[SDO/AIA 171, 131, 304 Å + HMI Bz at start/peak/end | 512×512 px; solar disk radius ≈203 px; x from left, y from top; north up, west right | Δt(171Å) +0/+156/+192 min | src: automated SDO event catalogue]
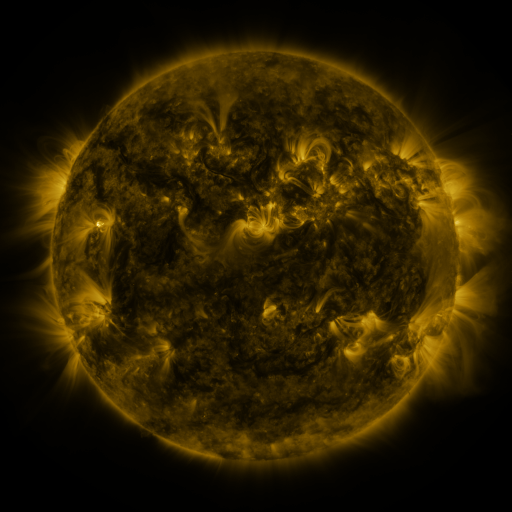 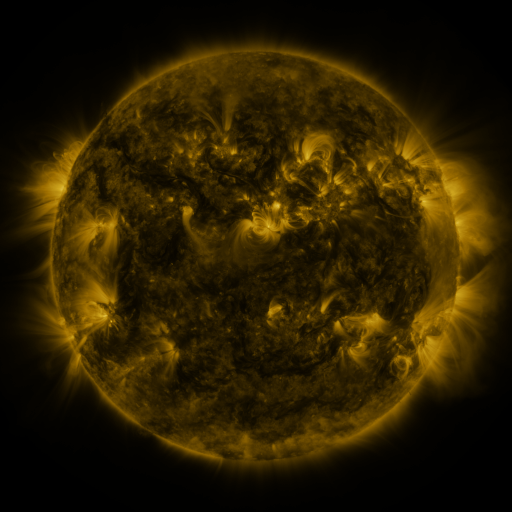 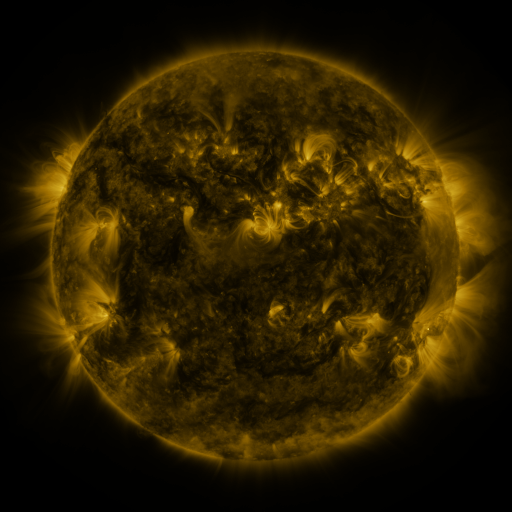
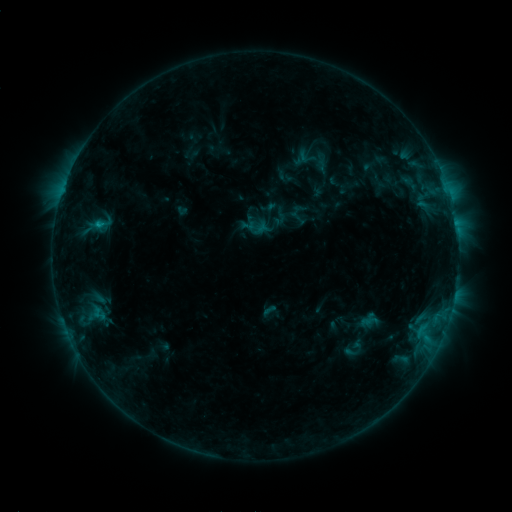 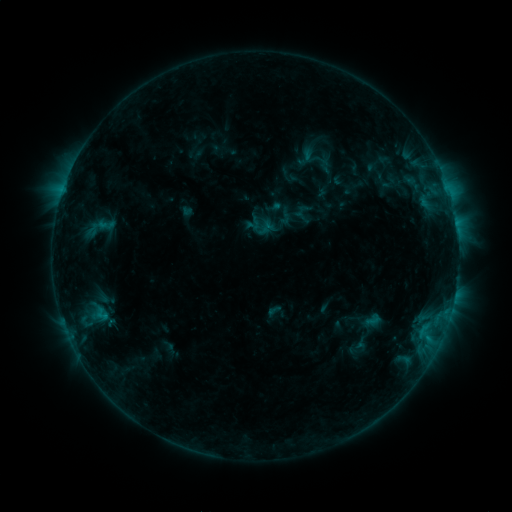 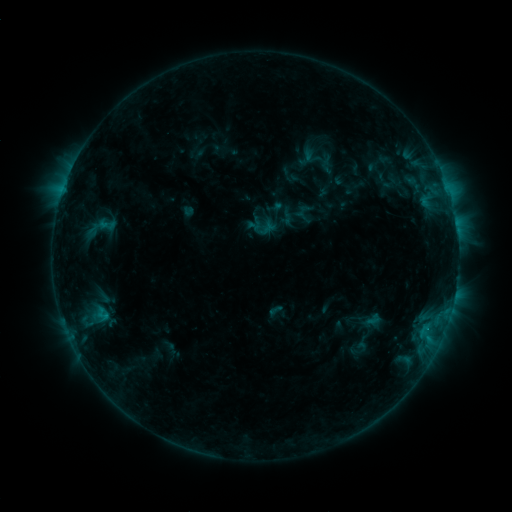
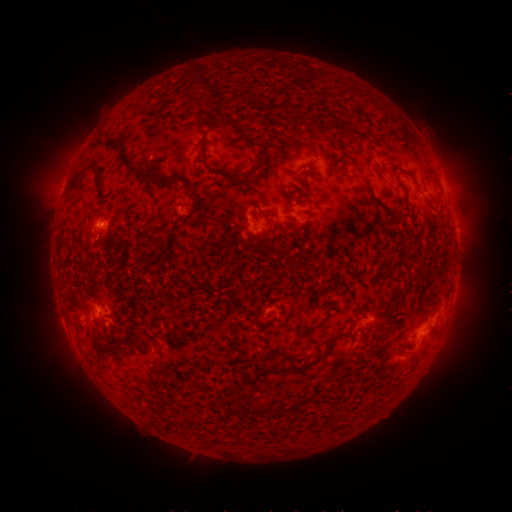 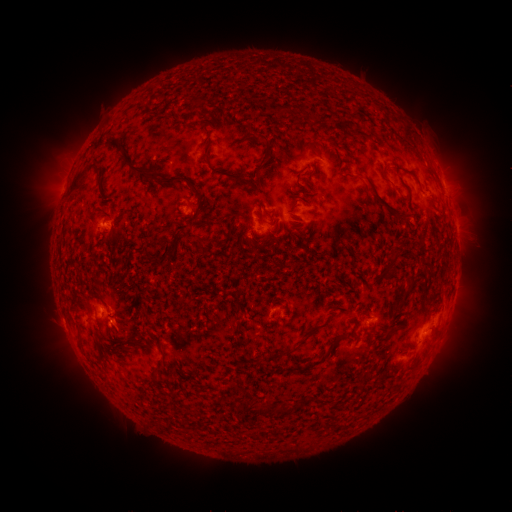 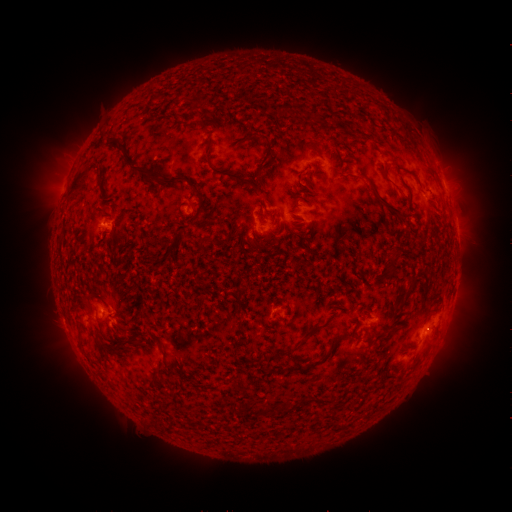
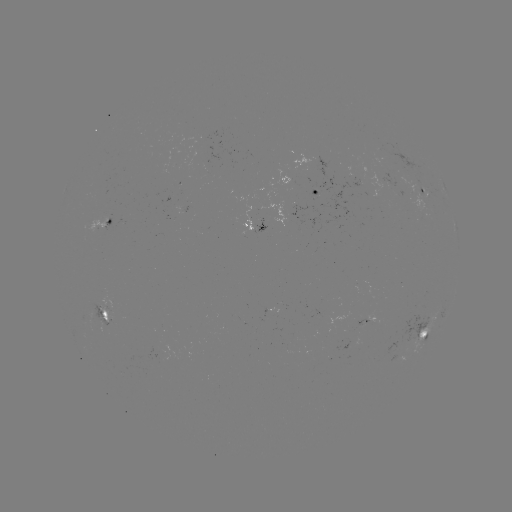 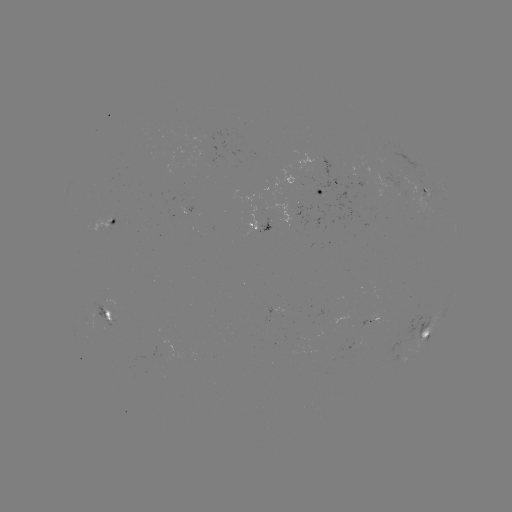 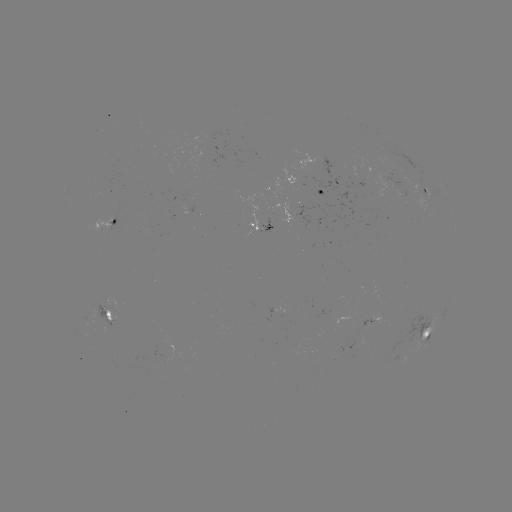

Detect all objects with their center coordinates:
emerging-flux region: (270, 315)
